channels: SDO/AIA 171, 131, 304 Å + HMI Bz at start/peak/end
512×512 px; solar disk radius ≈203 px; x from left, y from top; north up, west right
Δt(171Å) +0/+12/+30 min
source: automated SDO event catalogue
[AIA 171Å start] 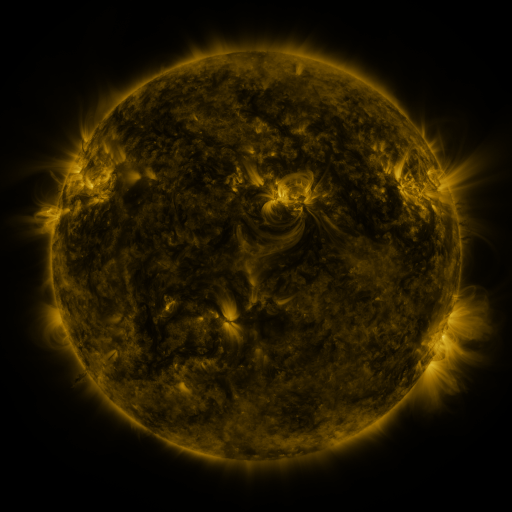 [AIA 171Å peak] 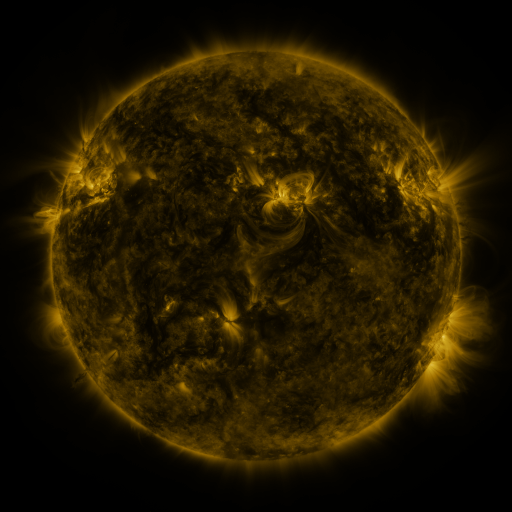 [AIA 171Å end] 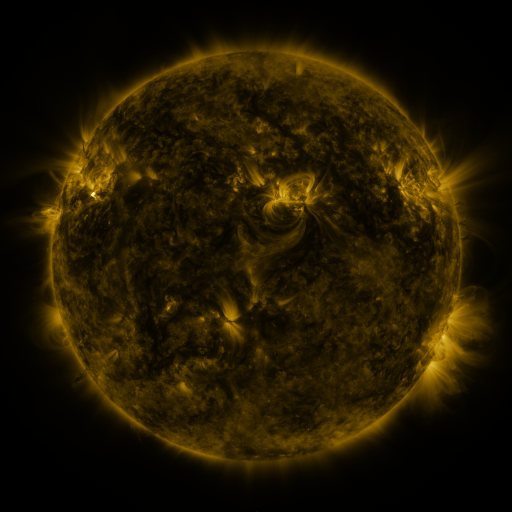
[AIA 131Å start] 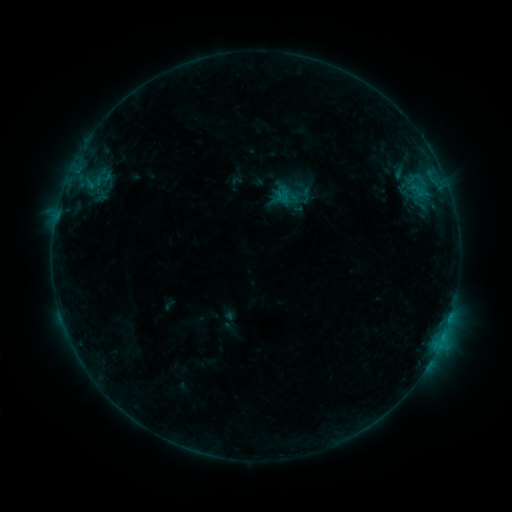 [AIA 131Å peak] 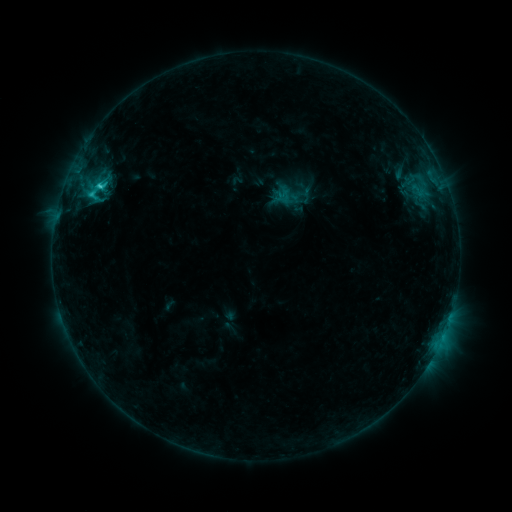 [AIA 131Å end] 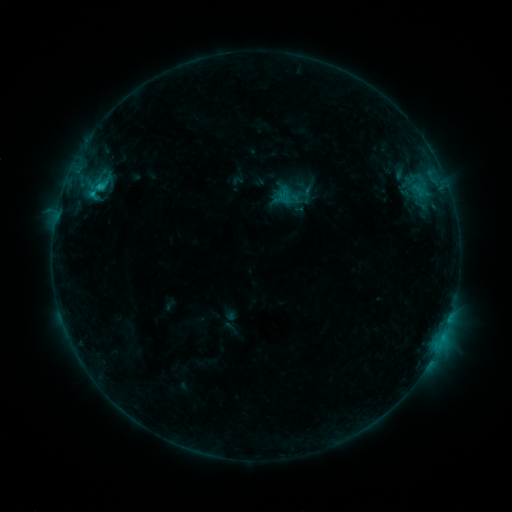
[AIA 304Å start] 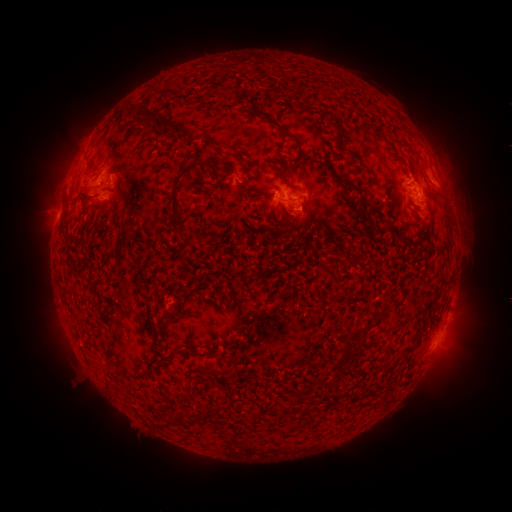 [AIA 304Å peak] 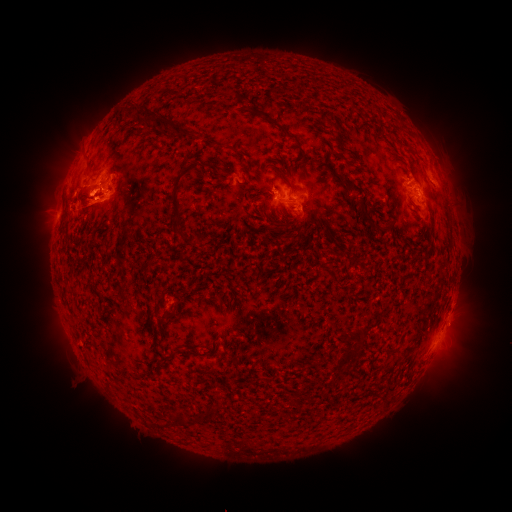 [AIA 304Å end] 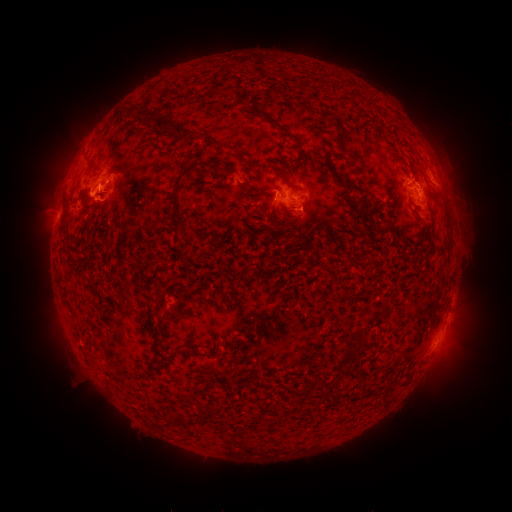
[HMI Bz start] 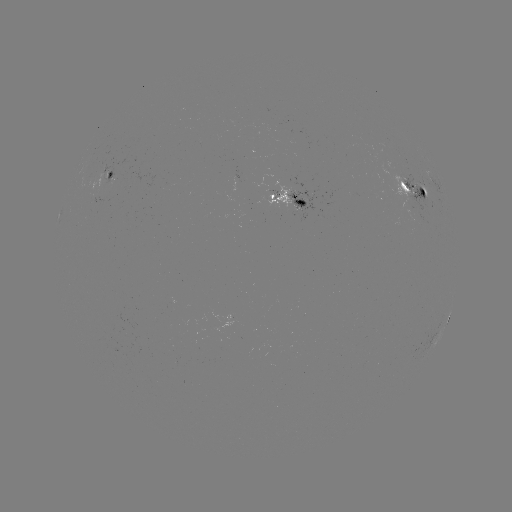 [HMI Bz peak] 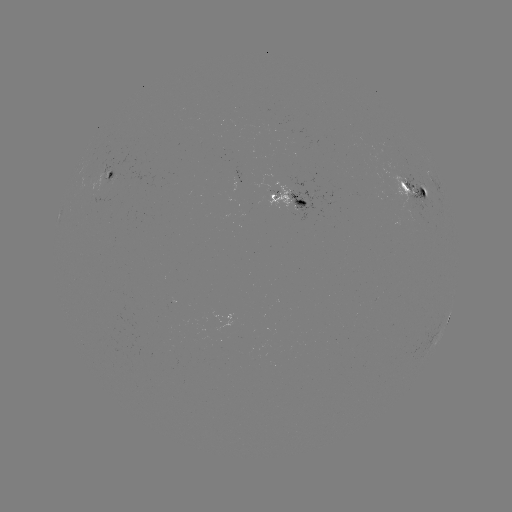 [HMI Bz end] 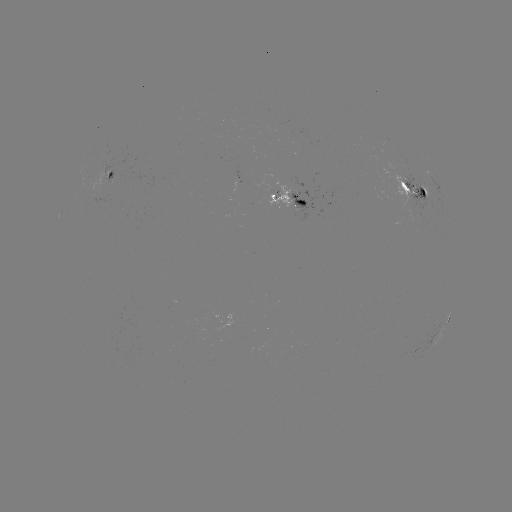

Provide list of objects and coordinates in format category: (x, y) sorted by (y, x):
C2.6 flare: (100, 188)
